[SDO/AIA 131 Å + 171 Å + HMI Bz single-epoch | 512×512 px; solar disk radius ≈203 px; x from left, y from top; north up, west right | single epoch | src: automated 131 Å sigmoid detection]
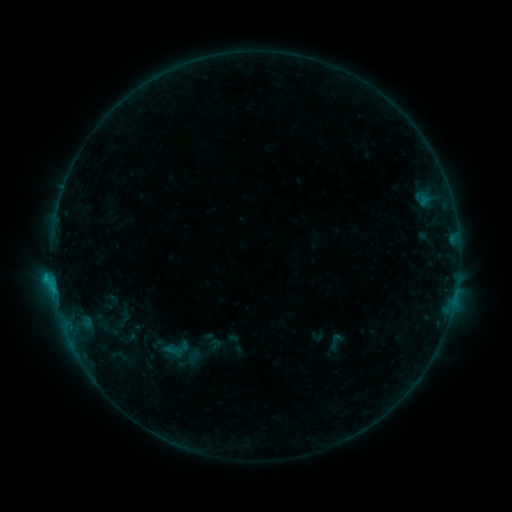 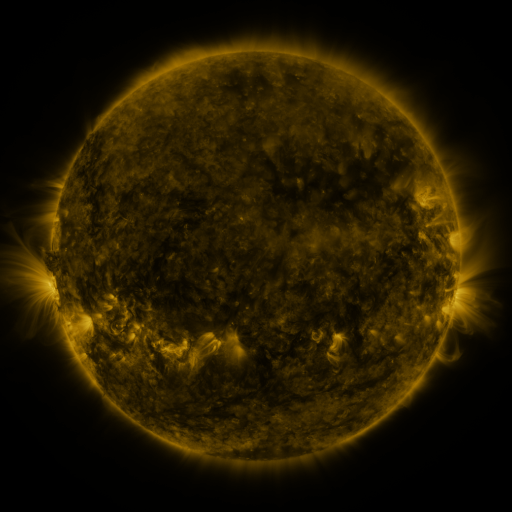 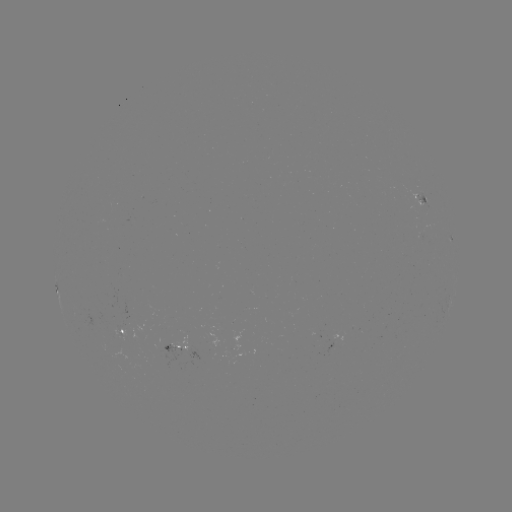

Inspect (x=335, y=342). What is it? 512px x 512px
sigmoid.